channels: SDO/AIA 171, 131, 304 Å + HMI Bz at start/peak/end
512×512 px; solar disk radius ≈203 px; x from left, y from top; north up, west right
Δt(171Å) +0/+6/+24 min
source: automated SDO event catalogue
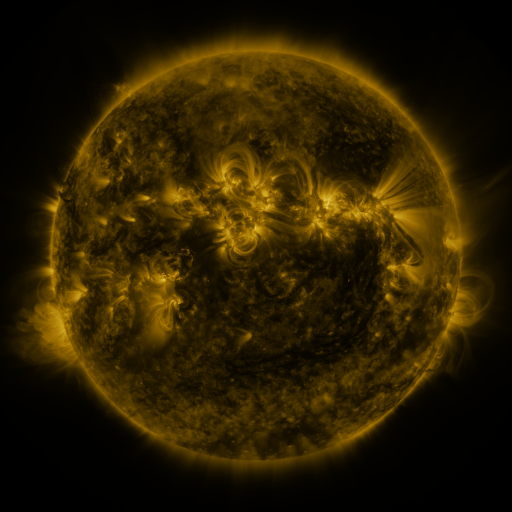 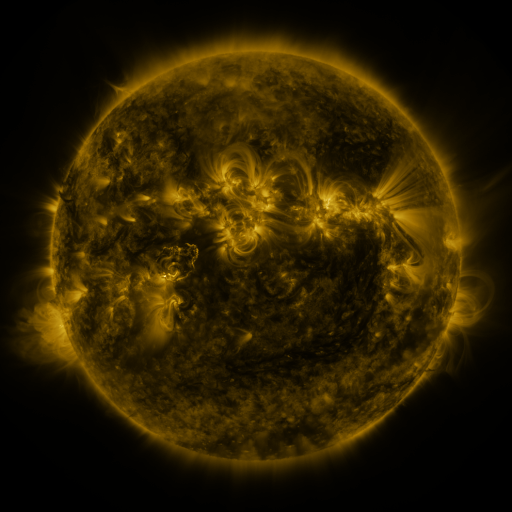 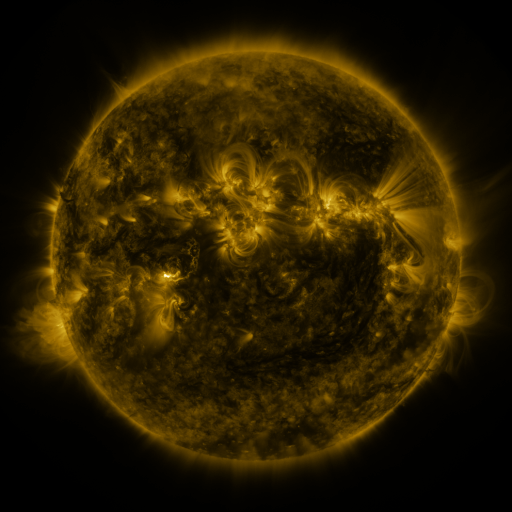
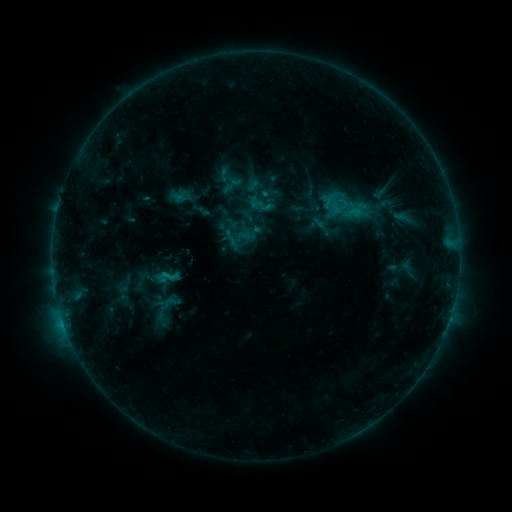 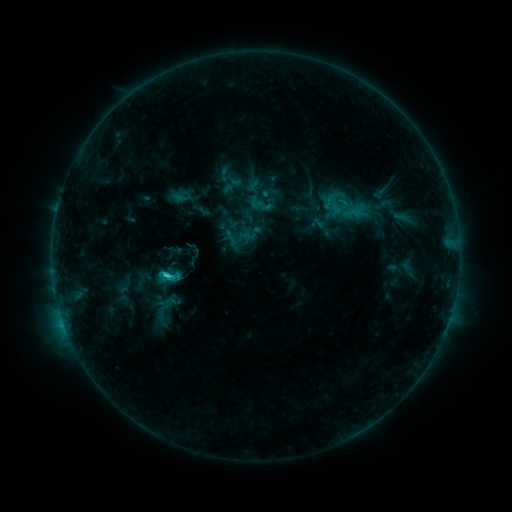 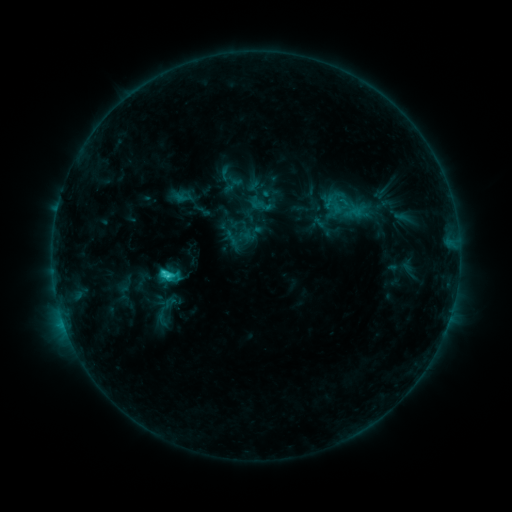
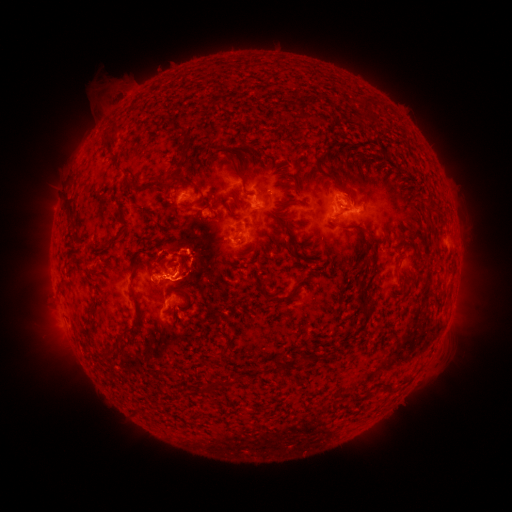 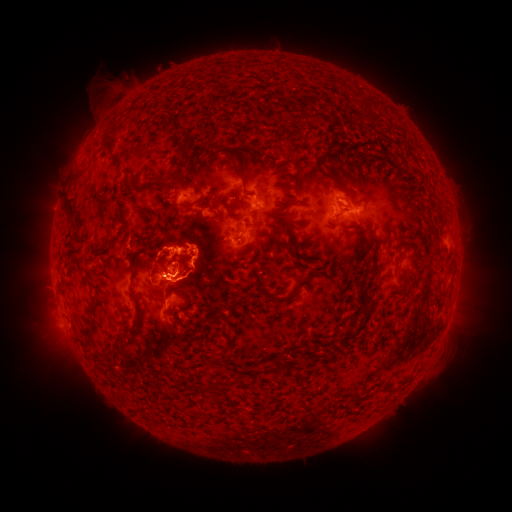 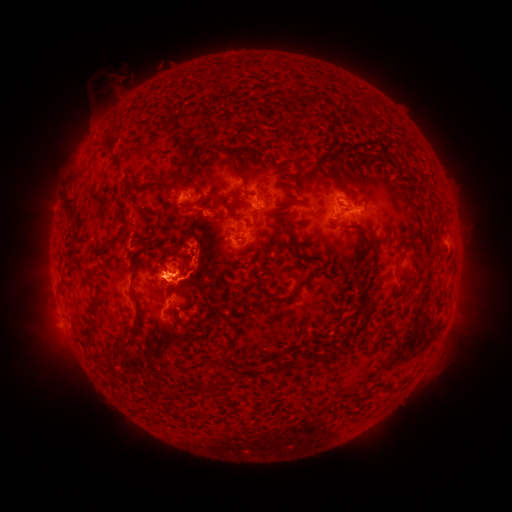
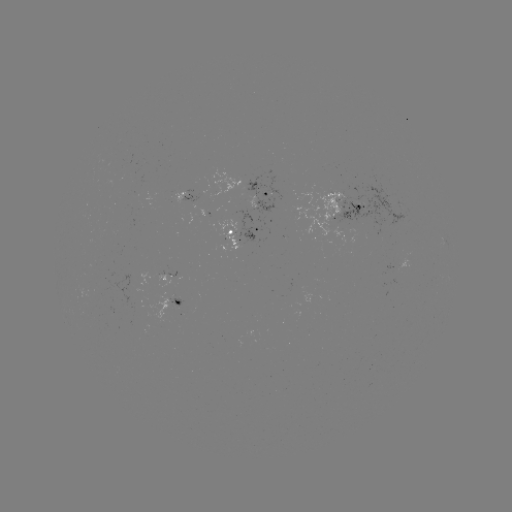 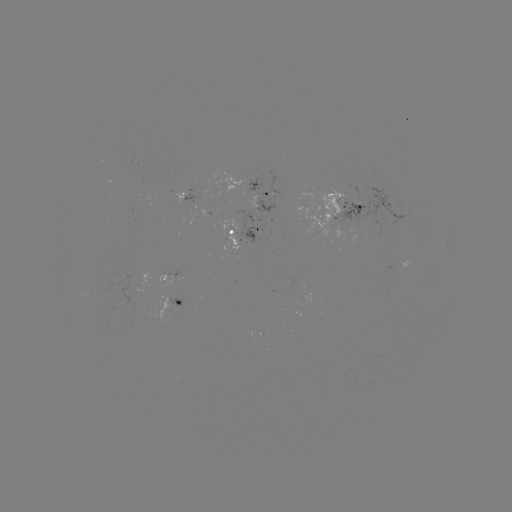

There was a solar flare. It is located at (169, 267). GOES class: C2.8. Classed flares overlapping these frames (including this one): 1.